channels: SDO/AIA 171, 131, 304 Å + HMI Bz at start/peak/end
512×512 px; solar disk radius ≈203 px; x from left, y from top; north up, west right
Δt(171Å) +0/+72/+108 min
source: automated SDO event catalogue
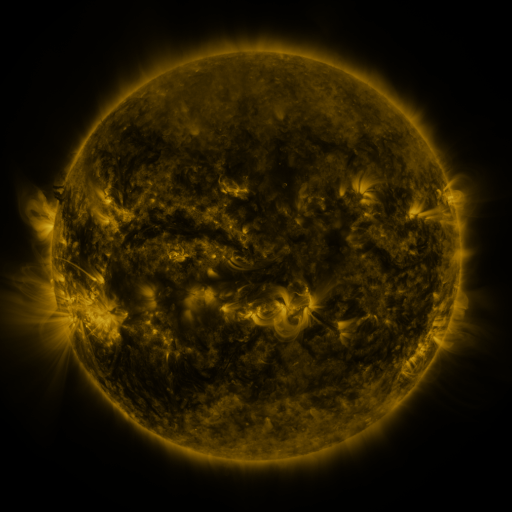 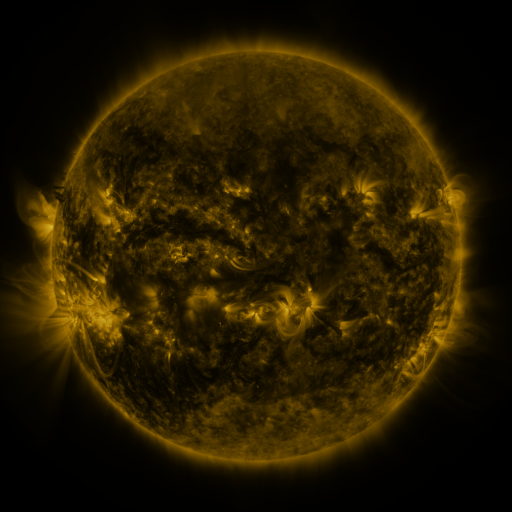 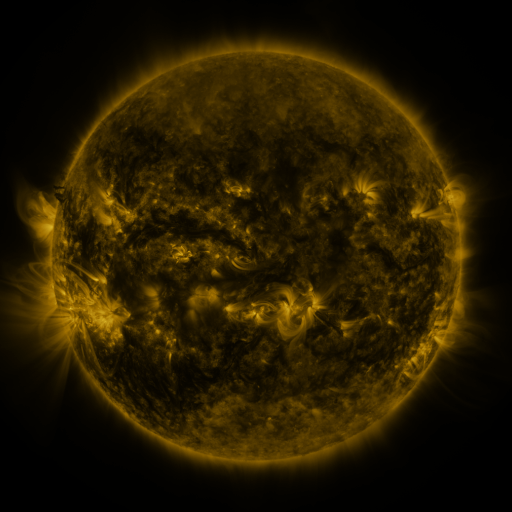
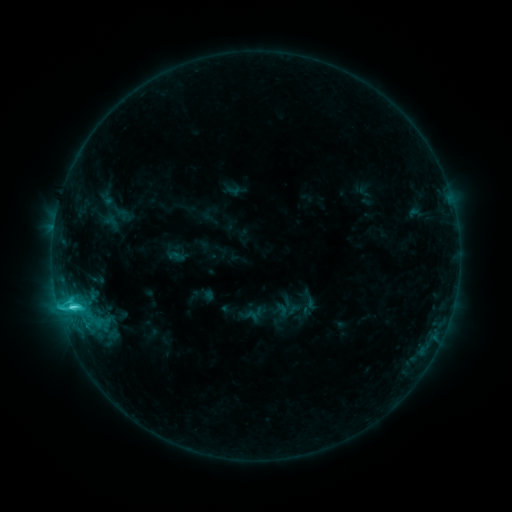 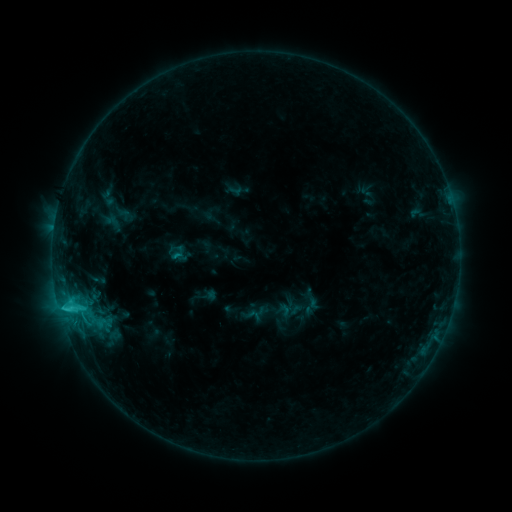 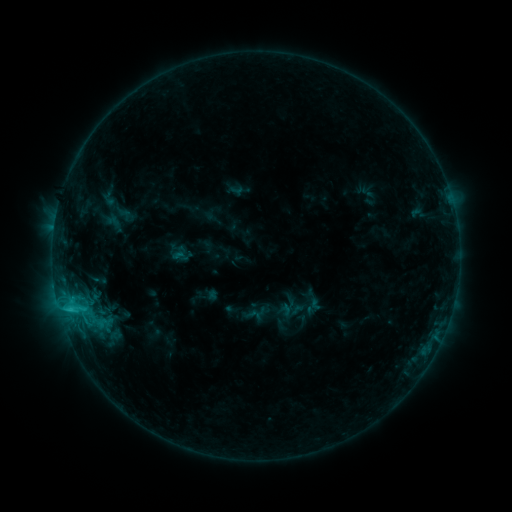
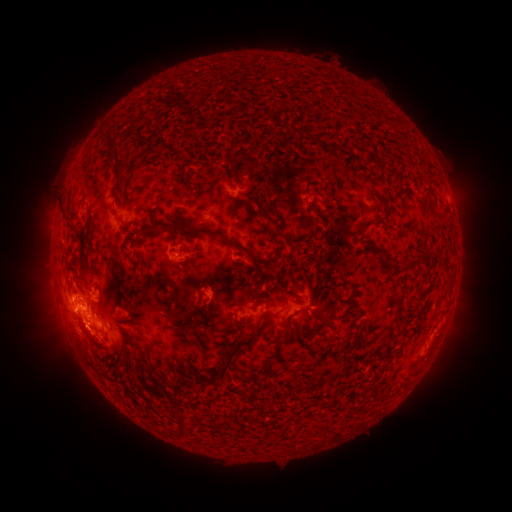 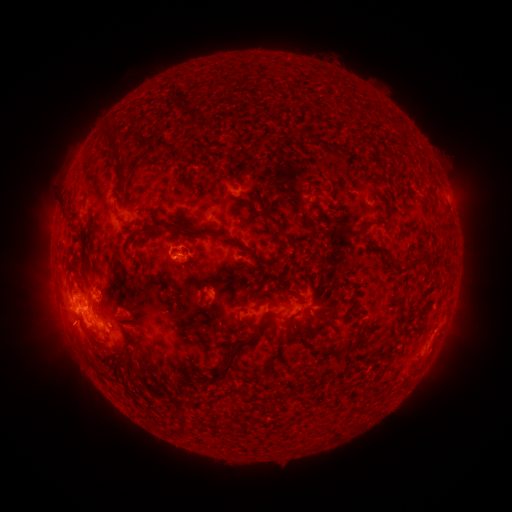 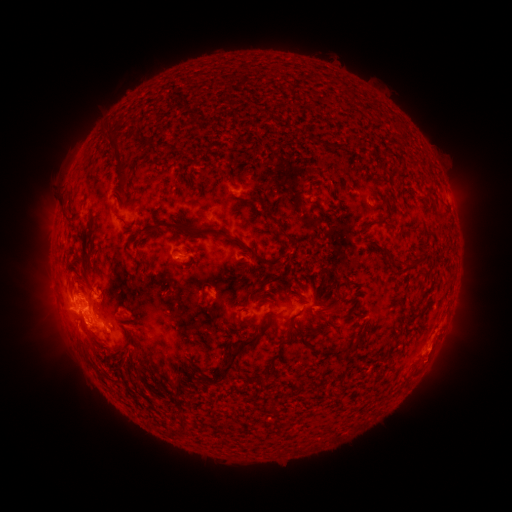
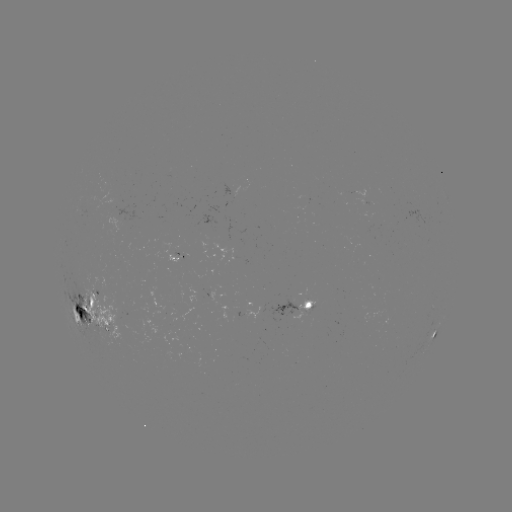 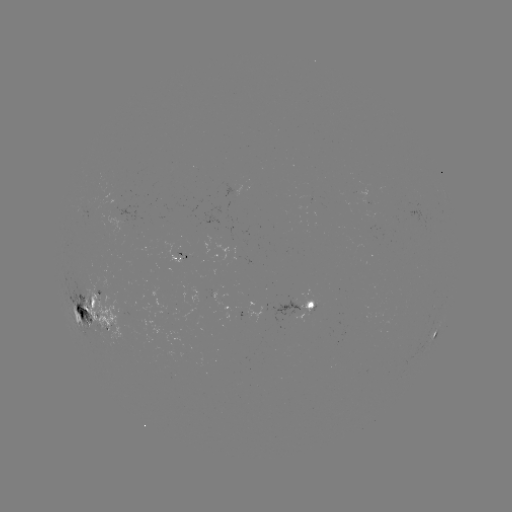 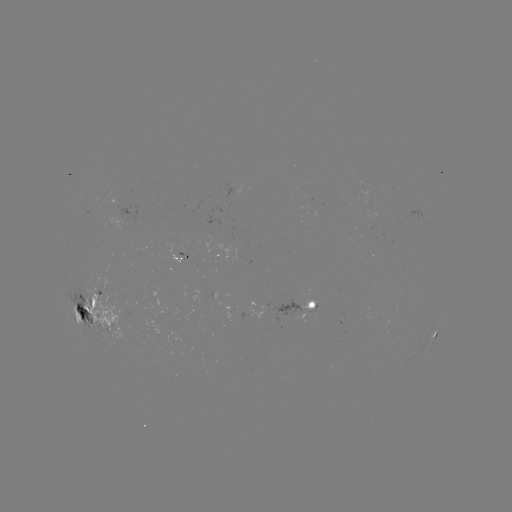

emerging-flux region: [83, 209, 120, 238]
